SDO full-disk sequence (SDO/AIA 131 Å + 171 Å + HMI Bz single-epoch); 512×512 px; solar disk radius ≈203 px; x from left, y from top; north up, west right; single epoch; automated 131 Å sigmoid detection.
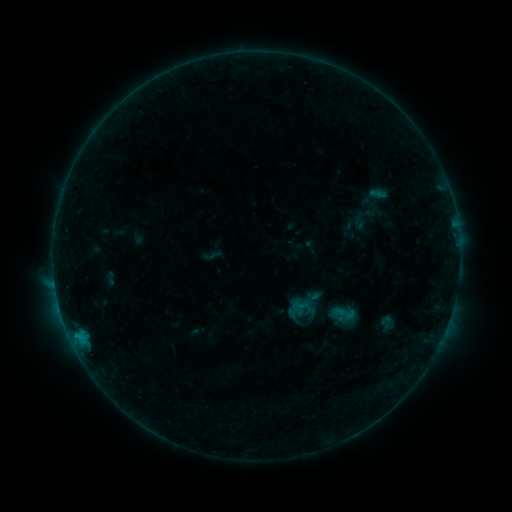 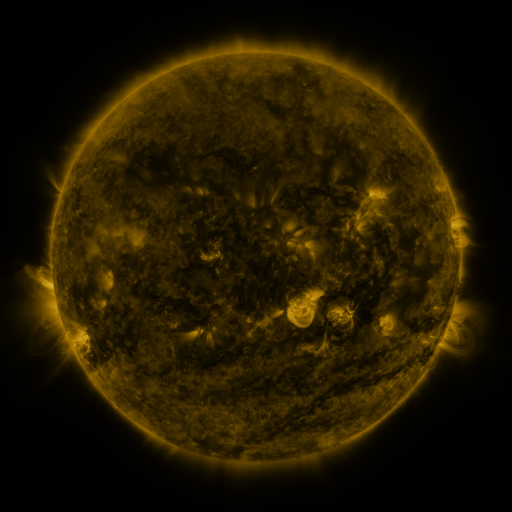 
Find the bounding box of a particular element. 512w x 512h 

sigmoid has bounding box [291, 297, 307, 314].